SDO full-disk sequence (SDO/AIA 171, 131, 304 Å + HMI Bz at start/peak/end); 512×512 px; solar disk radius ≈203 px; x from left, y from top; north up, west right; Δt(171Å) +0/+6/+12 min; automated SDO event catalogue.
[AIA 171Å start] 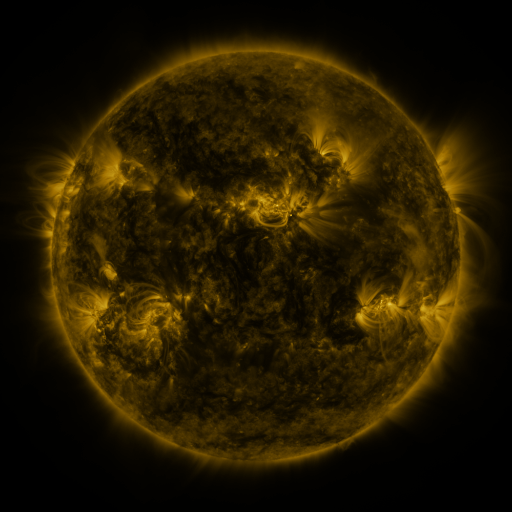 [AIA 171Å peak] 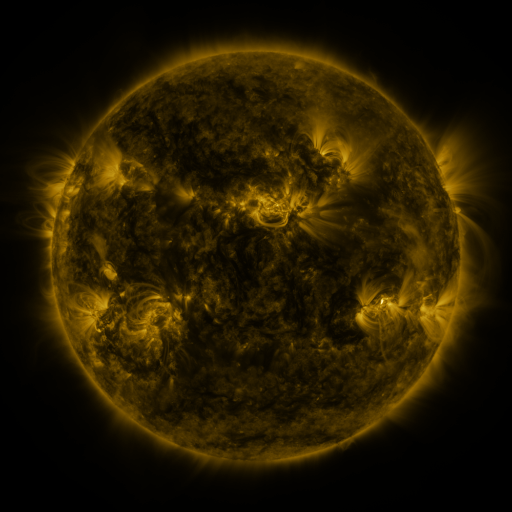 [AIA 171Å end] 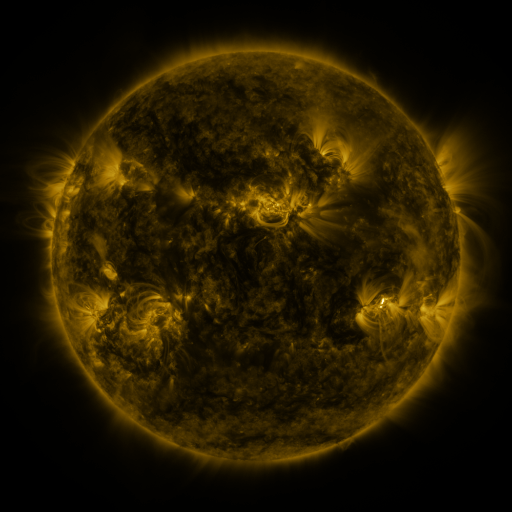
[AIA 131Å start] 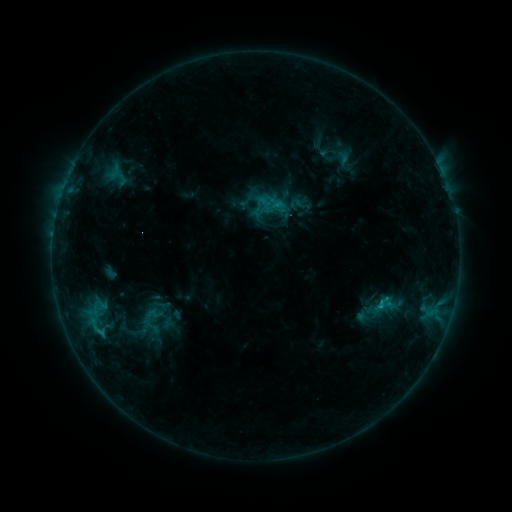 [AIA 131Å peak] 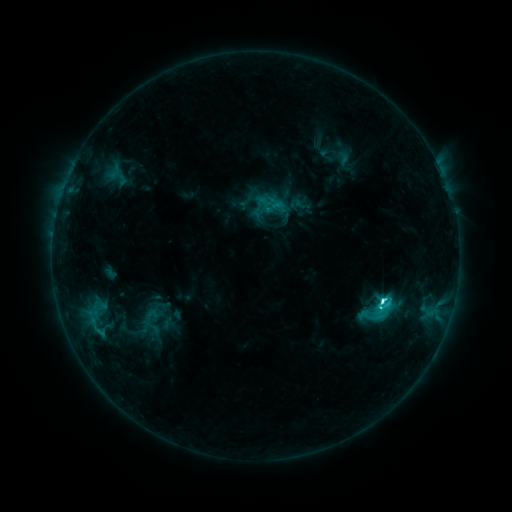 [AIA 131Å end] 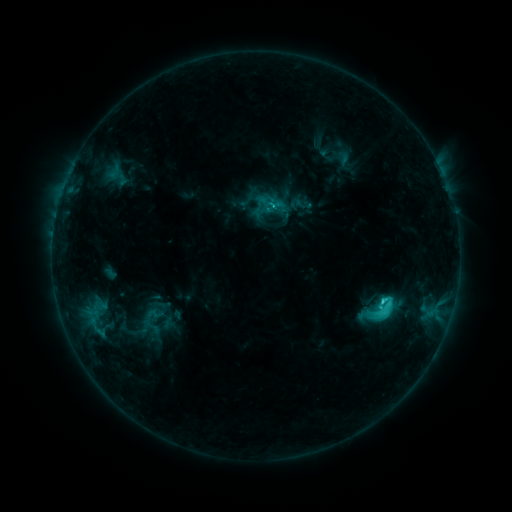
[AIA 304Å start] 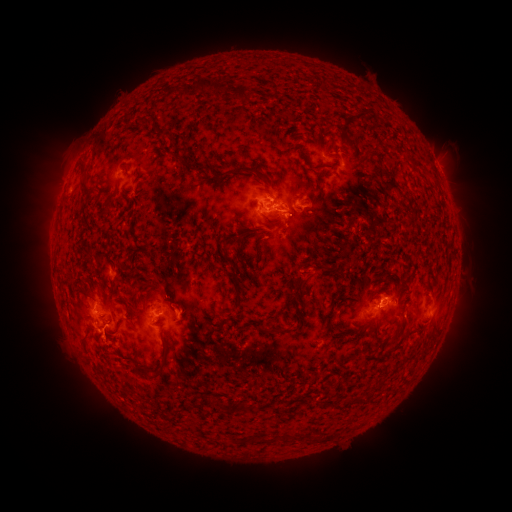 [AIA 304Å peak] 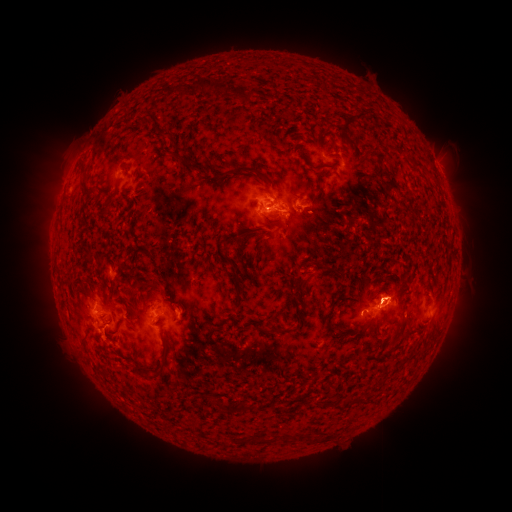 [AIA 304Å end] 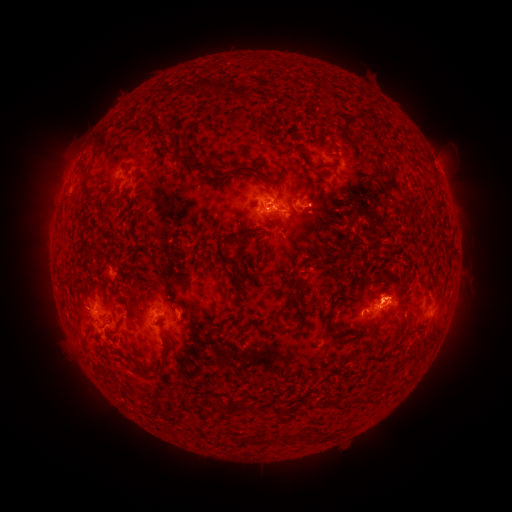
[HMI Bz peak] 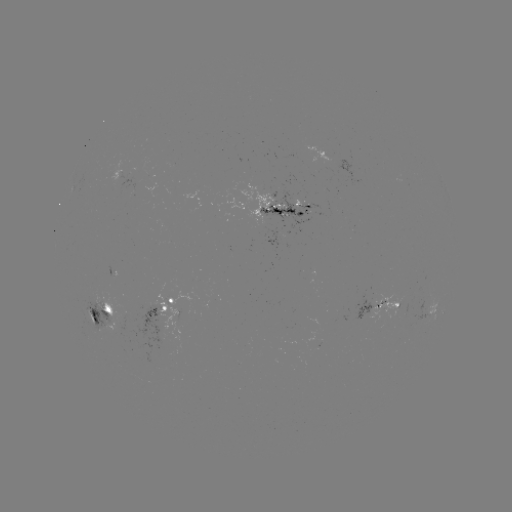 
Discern C5.5 flare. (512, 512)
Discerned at [381, 301].